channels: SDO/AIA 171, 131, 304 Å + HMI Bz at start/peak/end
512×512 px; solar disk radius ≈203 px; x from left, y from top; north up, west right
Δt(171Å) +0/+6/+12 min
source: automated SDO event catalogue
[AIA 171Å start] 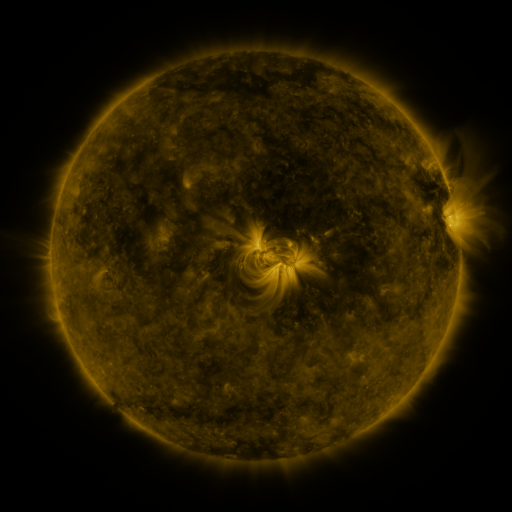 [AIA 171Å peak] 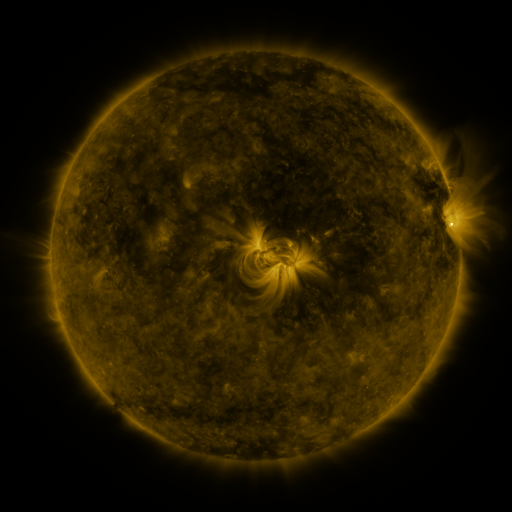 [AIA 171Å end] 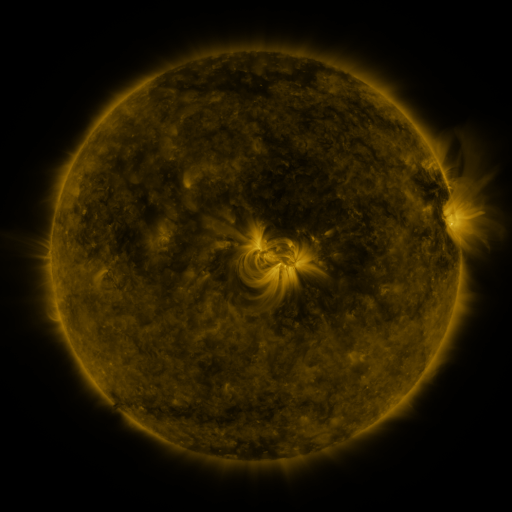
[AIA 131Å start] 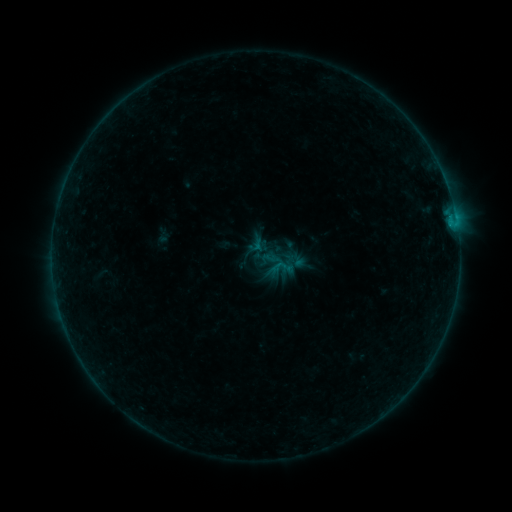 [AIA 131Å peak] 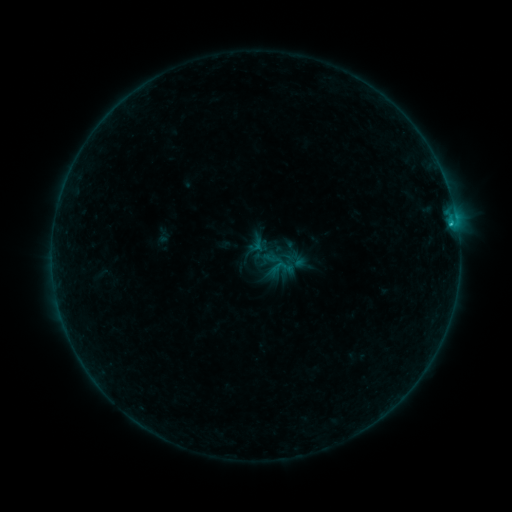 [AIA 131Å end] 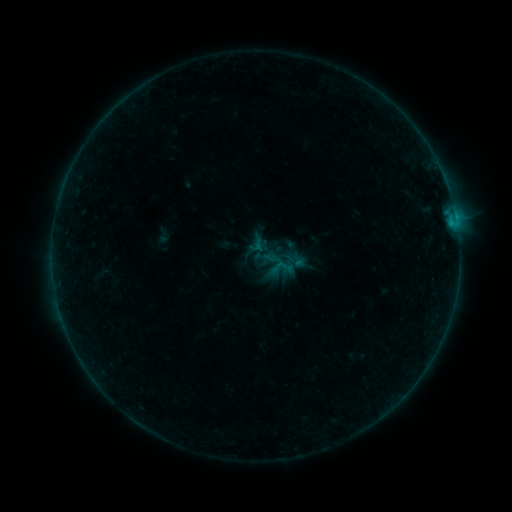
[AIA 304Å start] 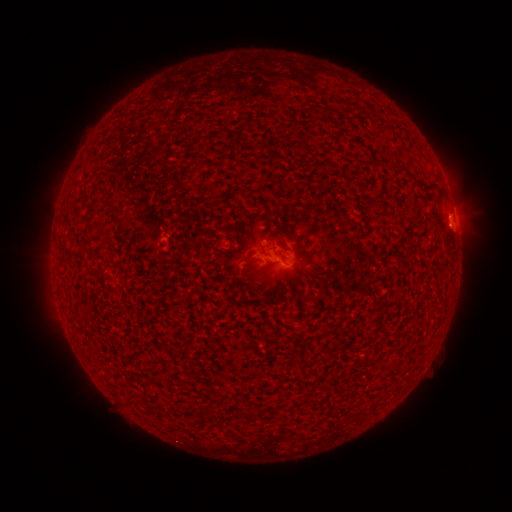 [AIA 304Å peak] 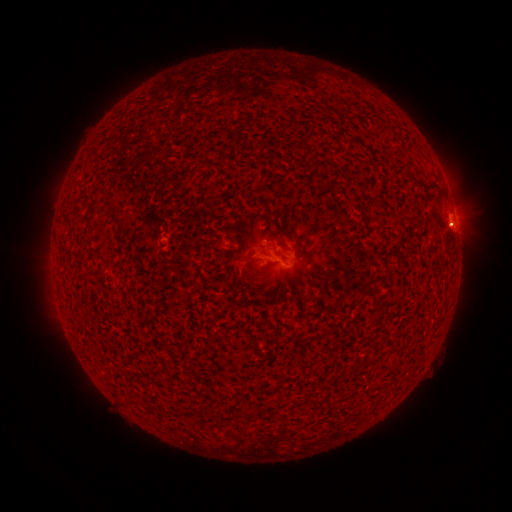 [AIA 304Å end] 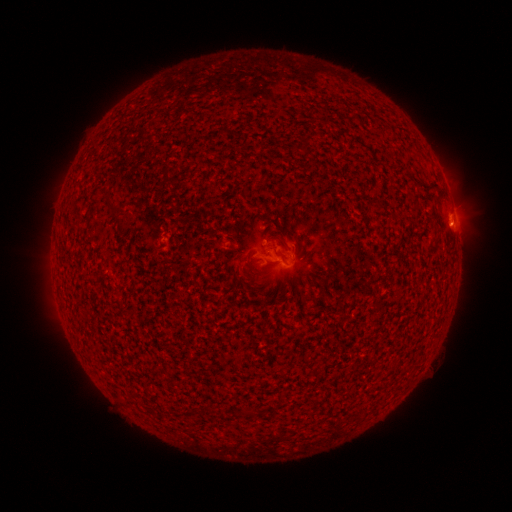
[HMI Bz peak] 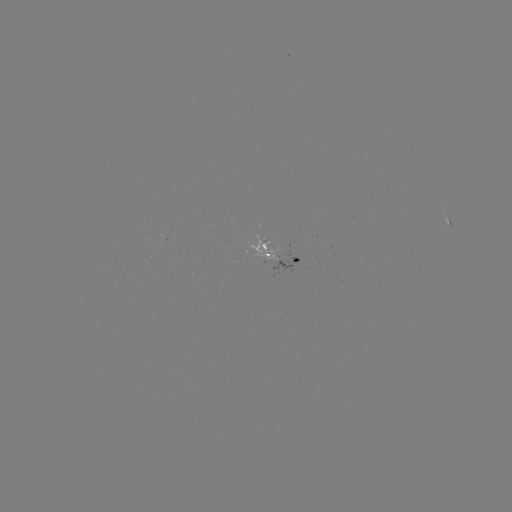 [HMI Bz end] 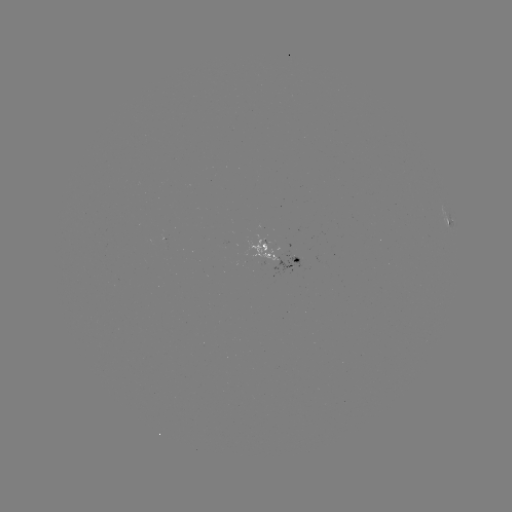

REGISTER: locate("B3.0 flare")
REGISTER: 451,226